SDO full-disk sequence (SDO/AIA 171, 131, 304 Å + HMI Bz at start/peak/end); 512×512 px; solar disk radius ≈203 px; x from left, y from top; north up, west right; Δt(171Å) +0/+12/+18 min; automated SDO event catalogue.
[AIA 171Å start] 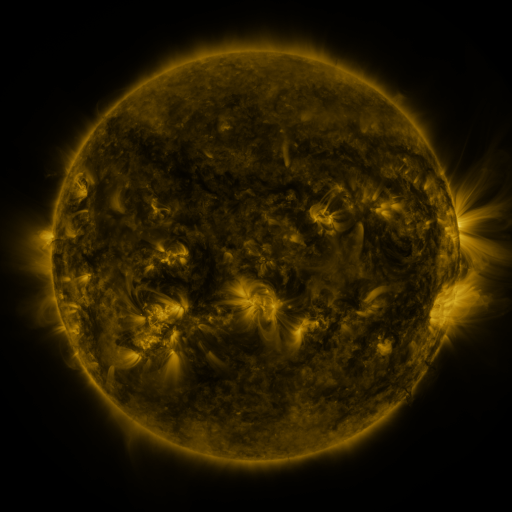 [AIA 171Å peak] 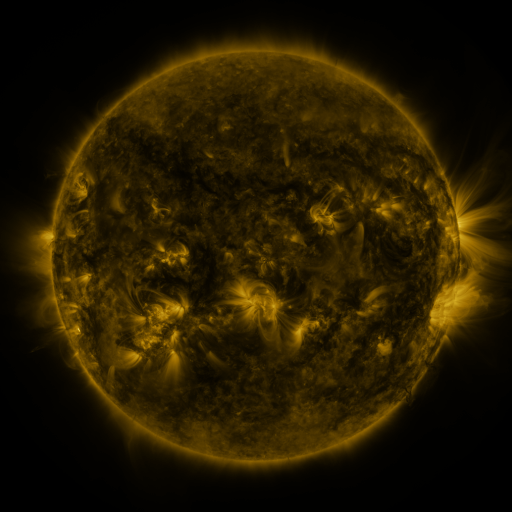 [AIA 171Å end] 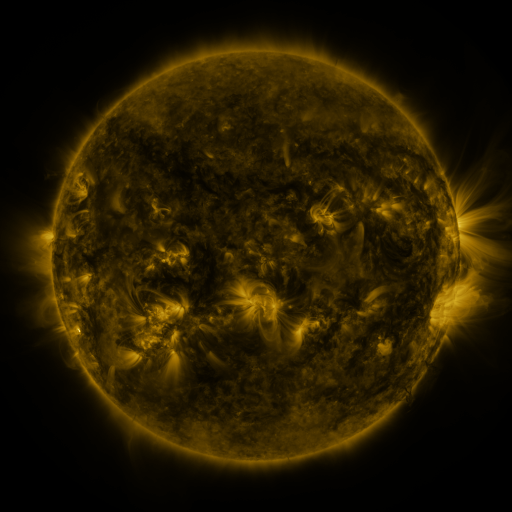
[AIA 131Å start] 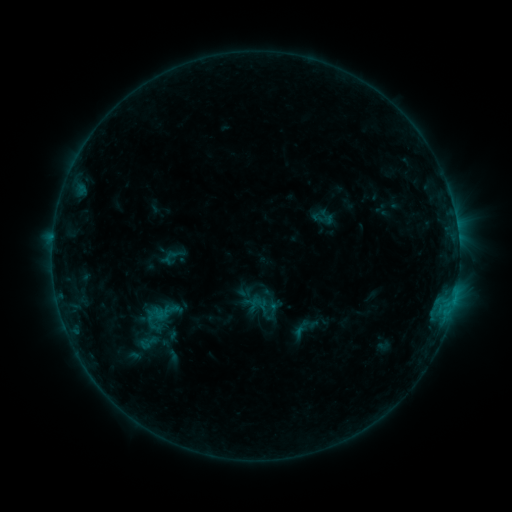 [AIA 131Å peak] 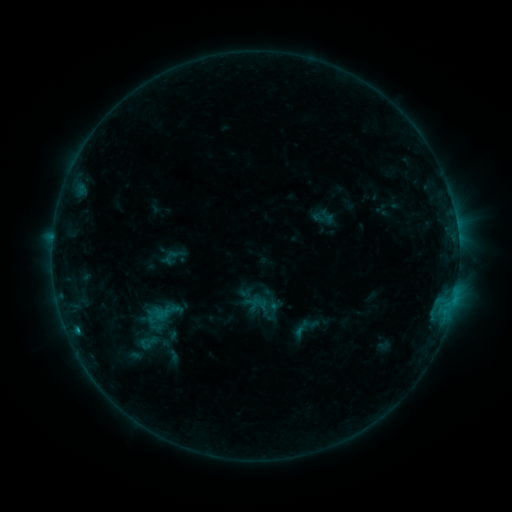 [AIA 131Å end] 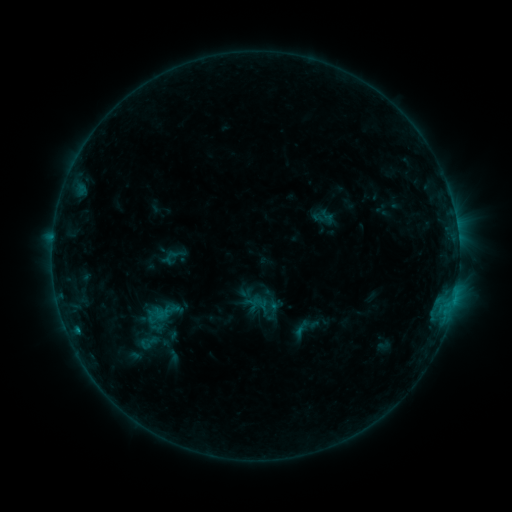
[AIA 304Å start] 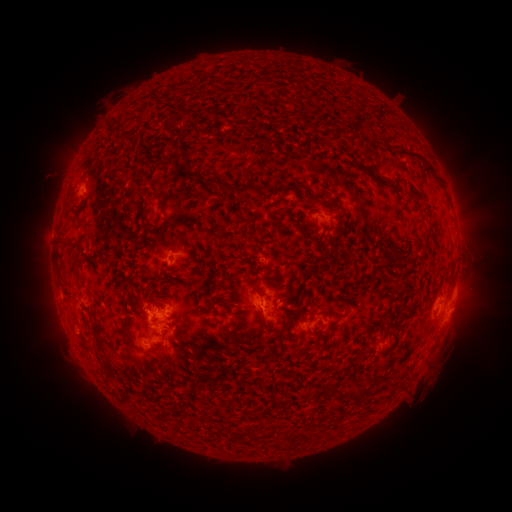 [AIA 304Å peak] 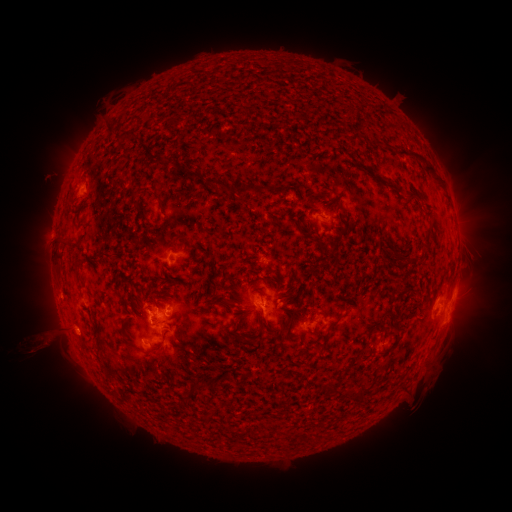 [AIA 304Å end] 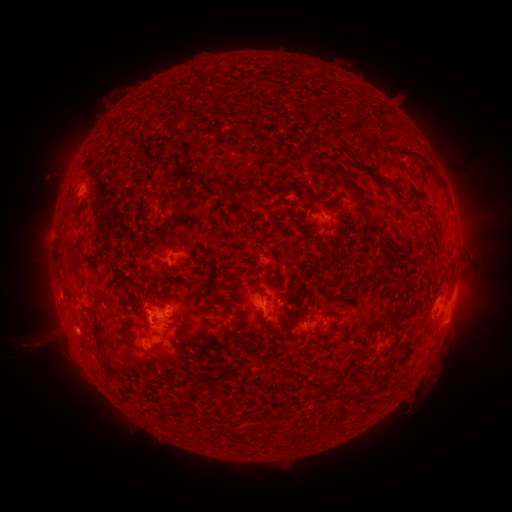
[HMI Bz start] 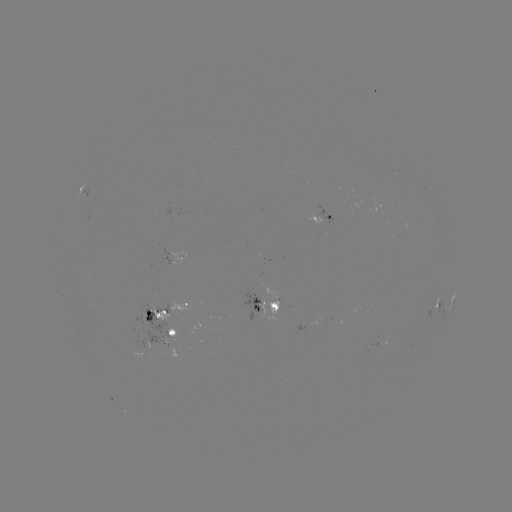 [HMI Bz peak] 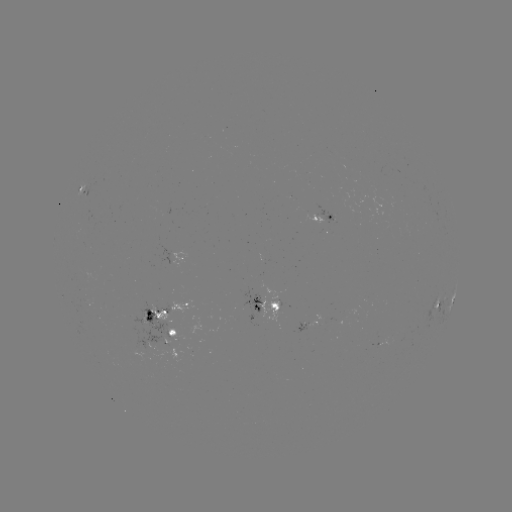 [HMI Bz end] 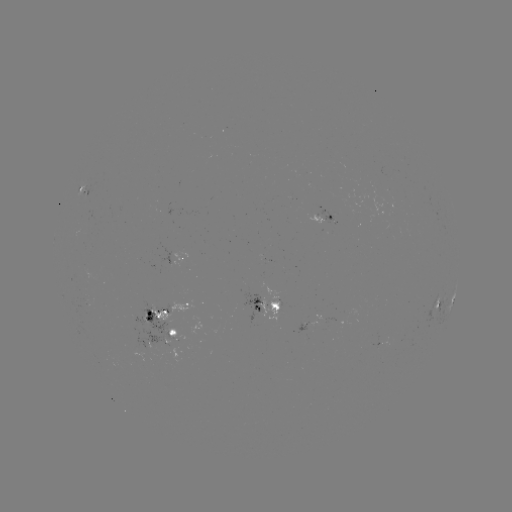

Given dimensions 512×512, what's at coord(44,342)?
eruption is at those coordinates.